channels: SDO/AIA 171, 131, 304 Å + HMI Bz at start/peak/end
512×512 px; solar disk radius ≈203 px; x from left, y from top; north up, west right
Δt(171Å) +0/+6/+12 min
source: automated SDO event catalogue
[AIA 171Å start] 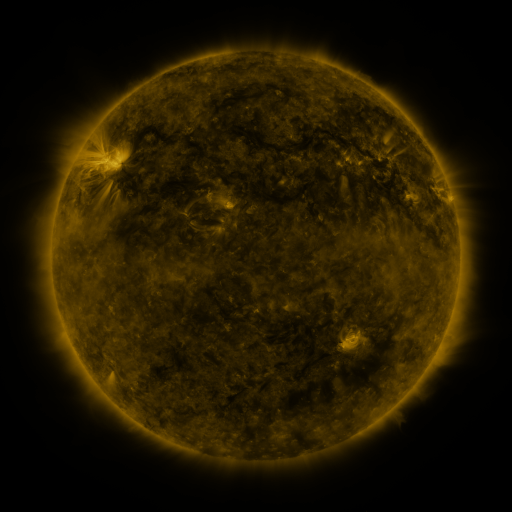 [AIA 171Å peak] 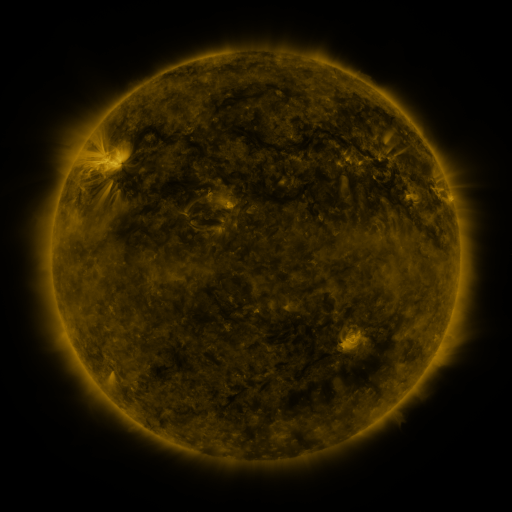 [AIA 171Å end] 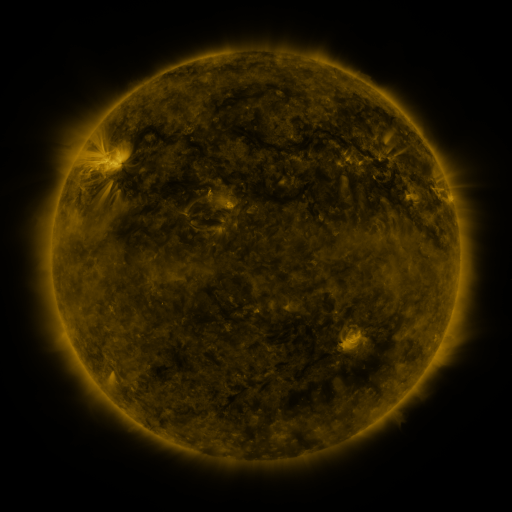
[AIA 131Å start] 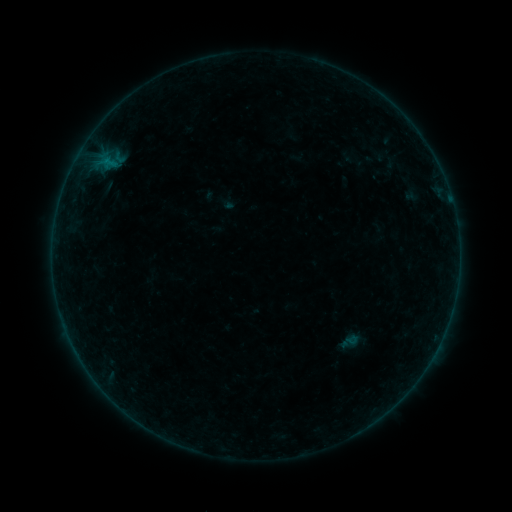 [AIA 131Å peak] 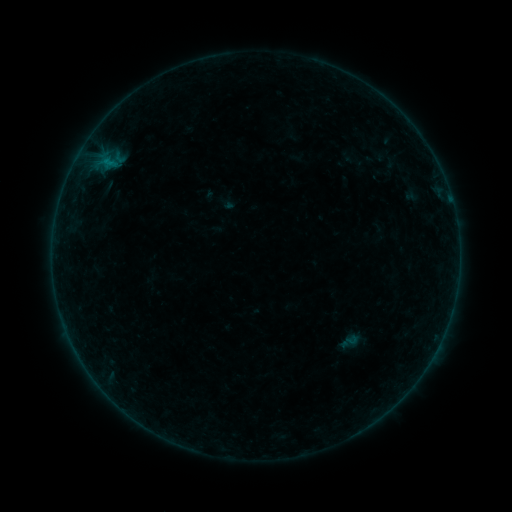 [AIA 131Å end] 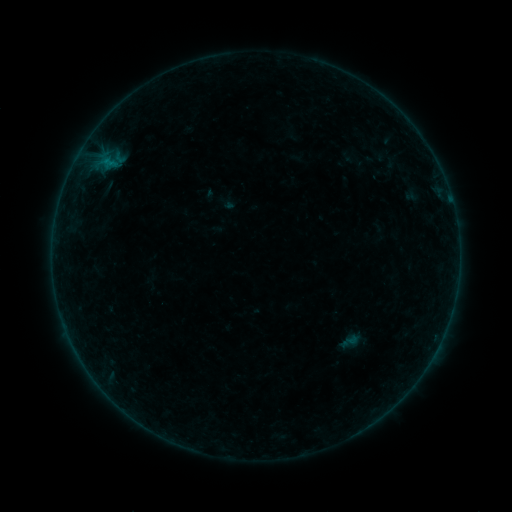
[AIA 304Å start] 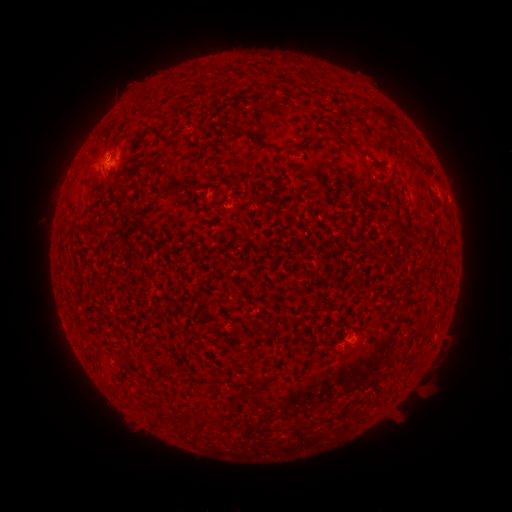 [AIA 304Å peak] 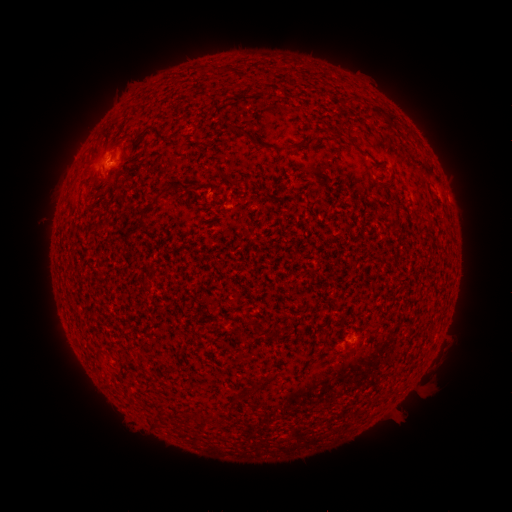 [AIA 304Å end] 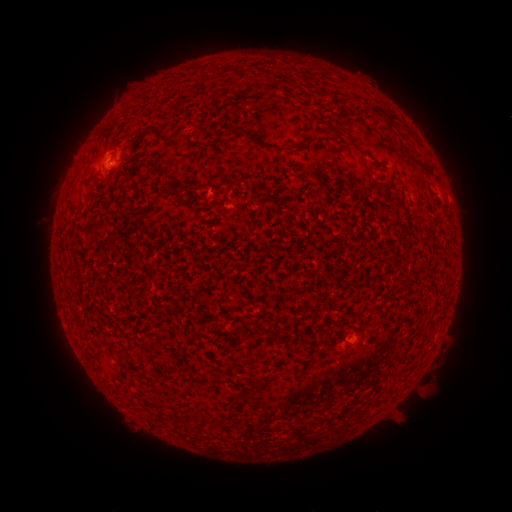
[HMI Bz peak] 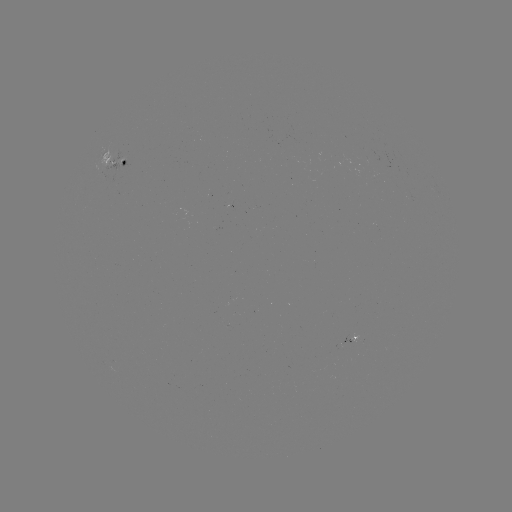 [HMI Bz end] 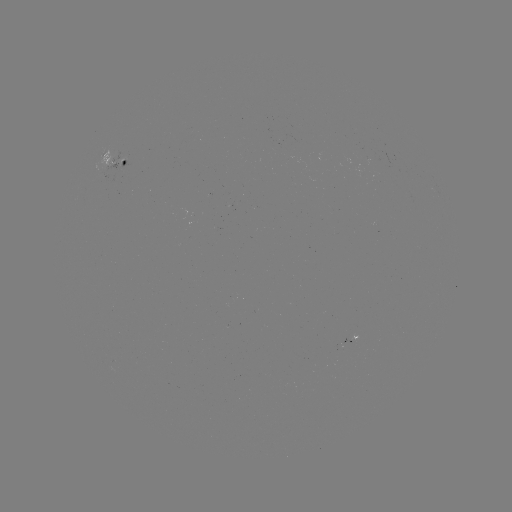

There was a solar flare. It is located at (111, 163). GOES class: B1.1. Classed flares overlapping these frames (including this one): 2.